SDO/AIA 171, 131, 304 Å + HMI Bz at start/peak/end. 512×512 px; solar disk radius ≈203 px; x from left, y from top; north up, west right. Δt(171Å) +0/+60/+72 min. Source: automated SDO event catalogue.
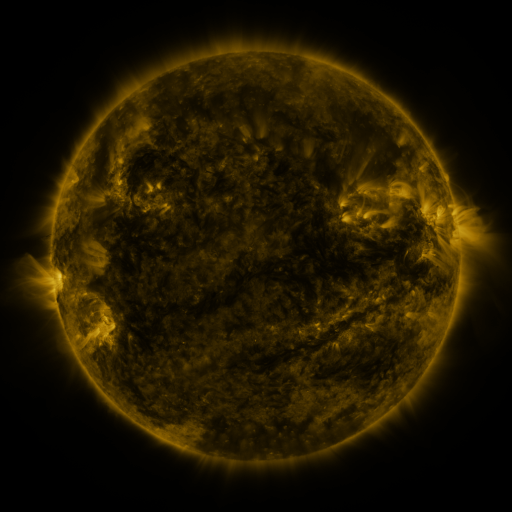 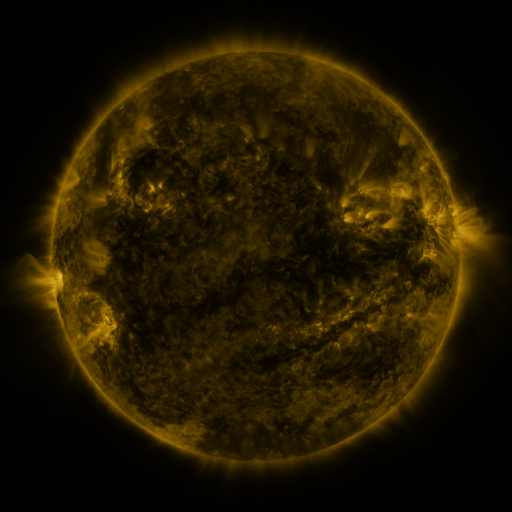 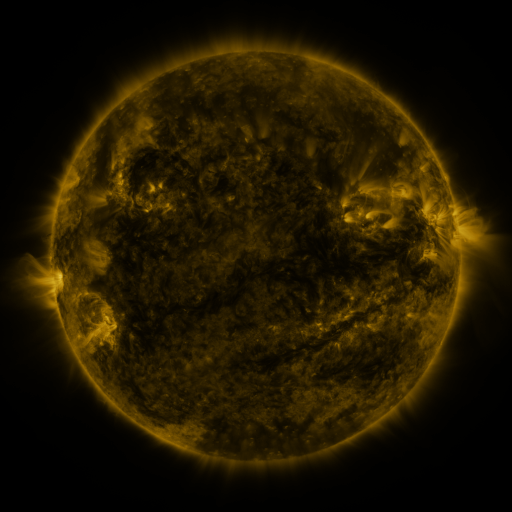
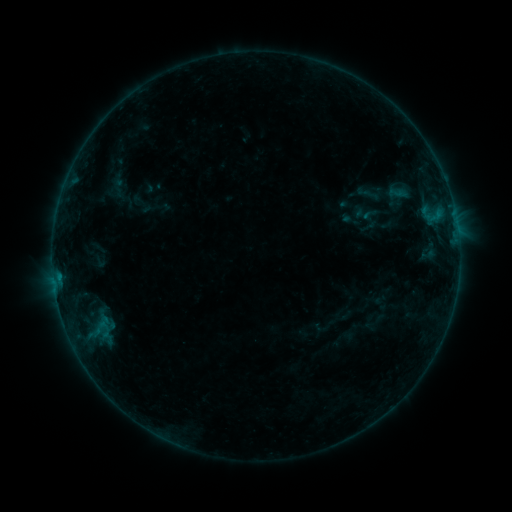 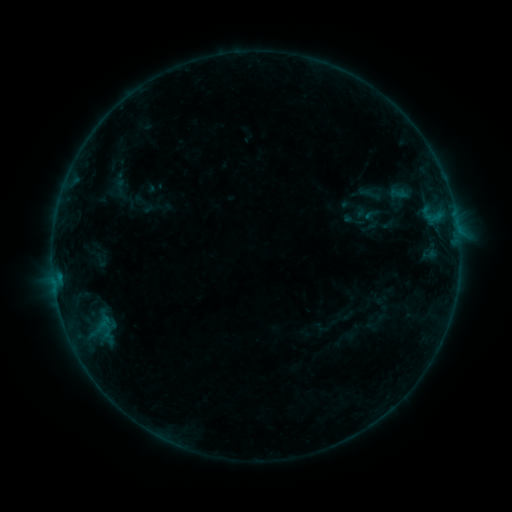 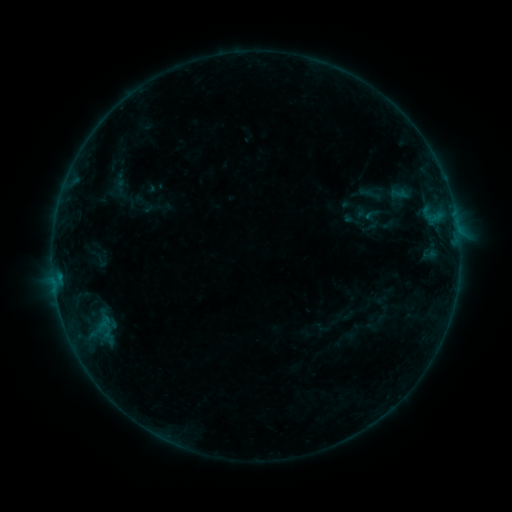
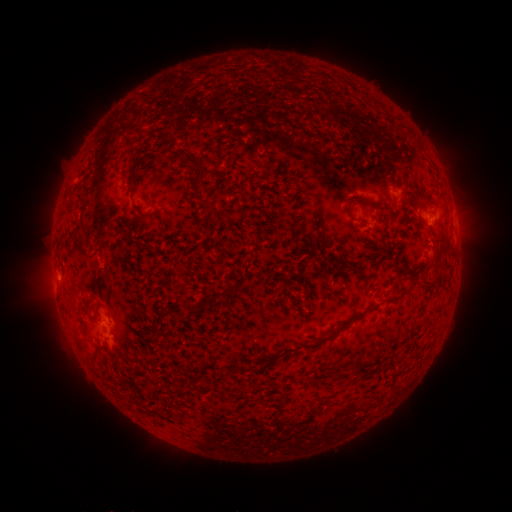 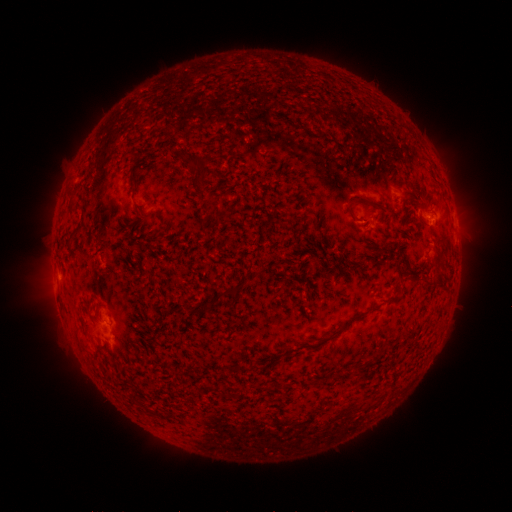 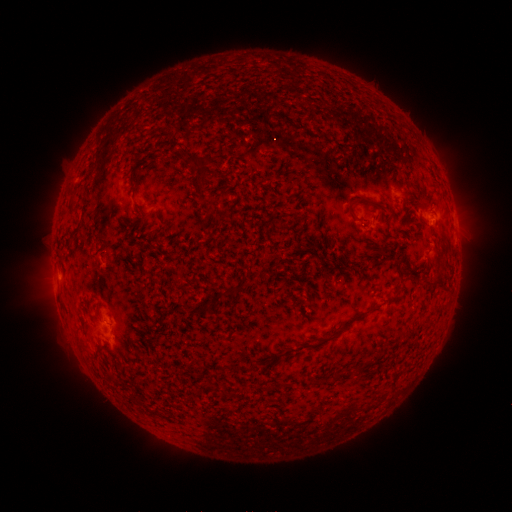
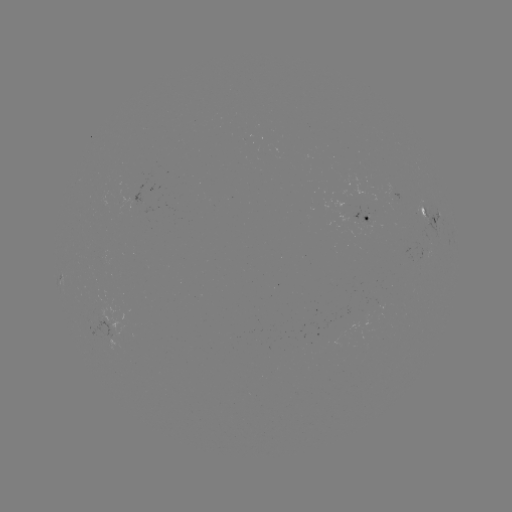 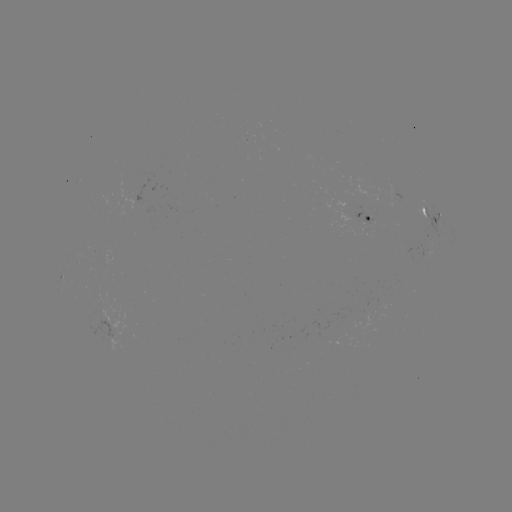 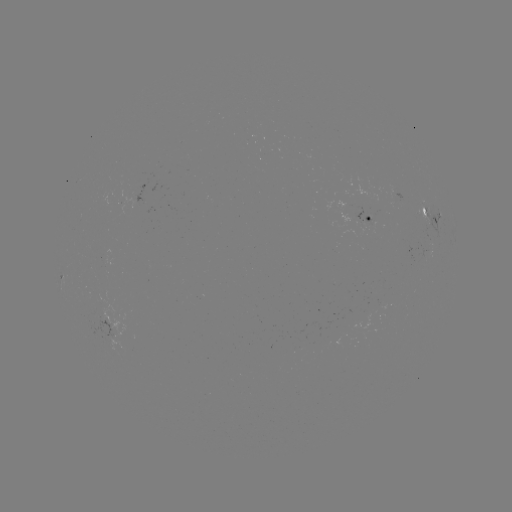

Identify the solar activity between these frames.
emerging-flux region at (334, 333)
